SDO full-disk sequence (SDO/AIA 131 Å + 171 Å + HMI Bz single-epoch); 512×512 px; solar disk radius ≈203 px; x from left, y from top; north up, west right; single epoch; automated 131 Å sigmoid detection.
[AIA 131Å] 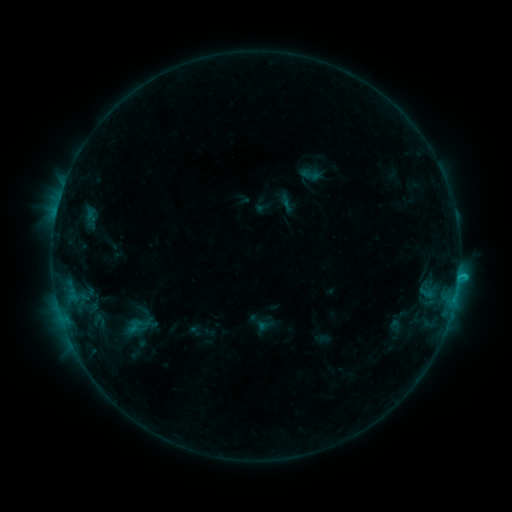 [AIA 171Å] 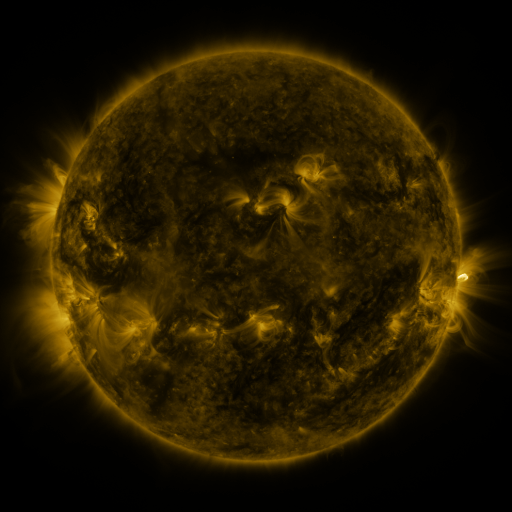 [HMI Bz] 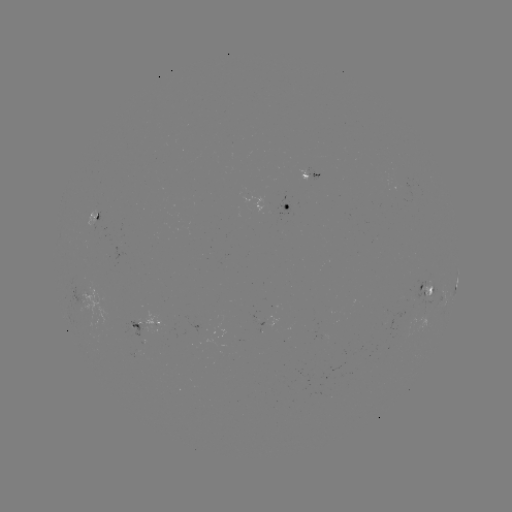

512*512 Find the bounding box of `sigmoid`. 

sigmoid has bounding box [296, 163, 326, 186].